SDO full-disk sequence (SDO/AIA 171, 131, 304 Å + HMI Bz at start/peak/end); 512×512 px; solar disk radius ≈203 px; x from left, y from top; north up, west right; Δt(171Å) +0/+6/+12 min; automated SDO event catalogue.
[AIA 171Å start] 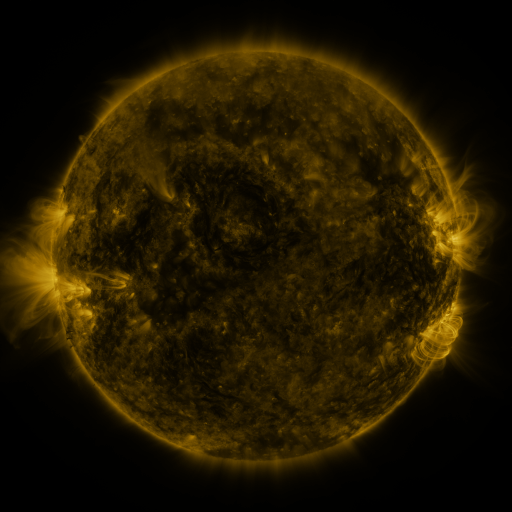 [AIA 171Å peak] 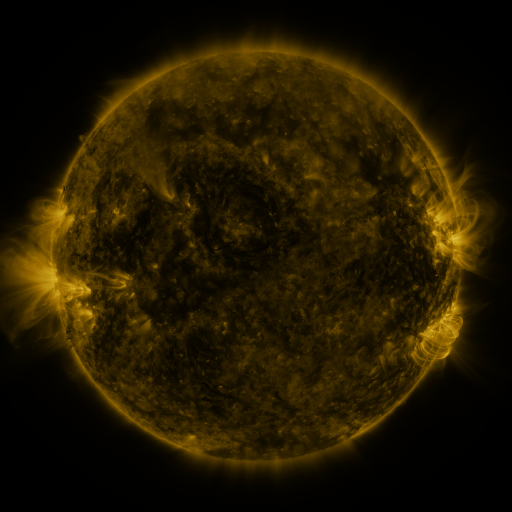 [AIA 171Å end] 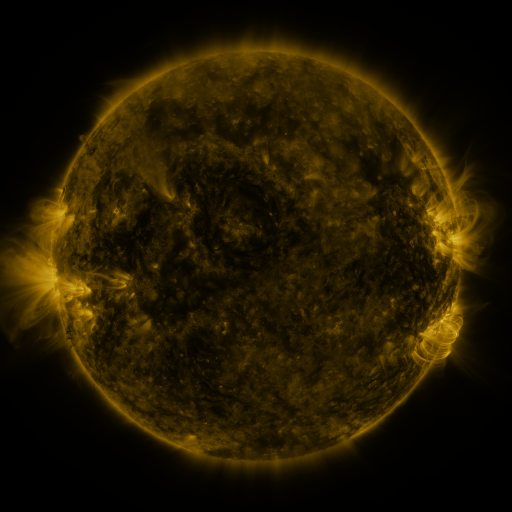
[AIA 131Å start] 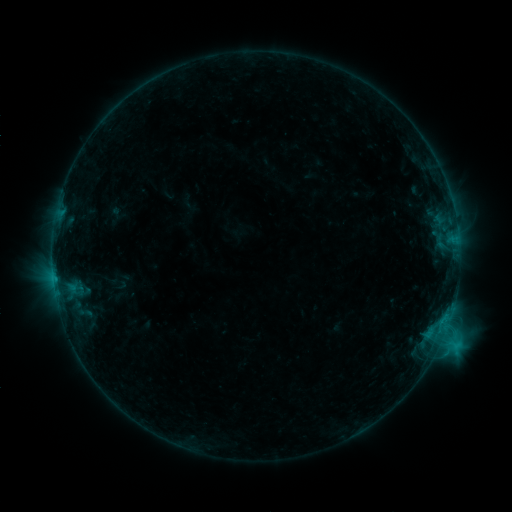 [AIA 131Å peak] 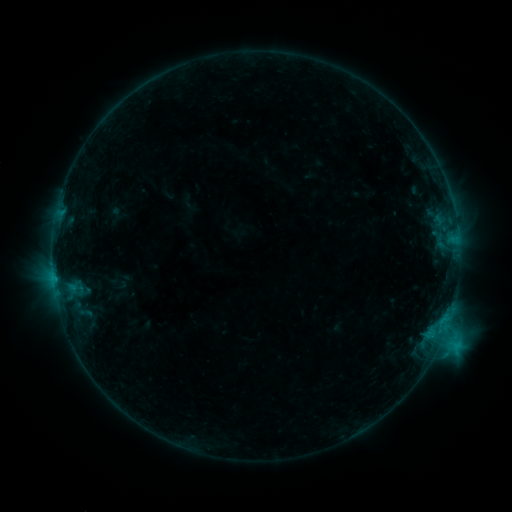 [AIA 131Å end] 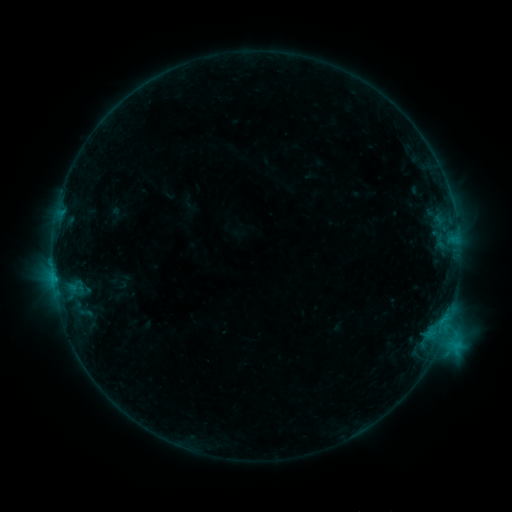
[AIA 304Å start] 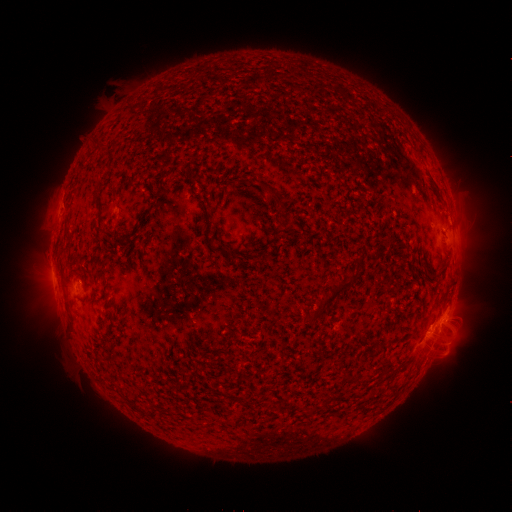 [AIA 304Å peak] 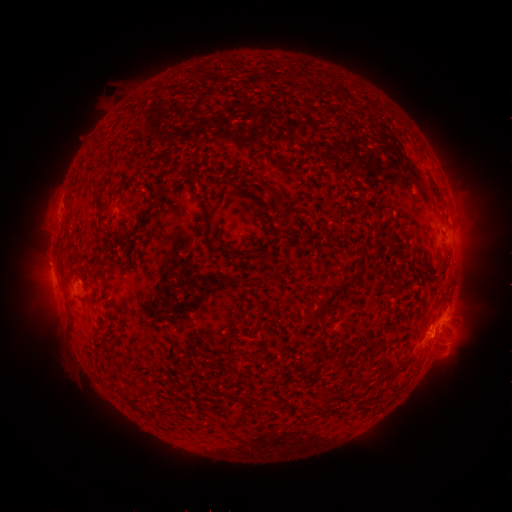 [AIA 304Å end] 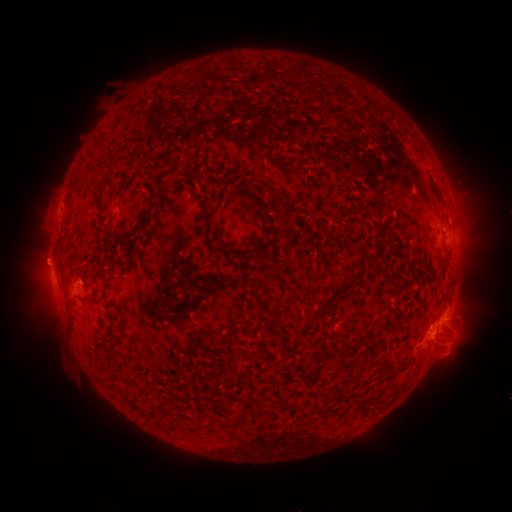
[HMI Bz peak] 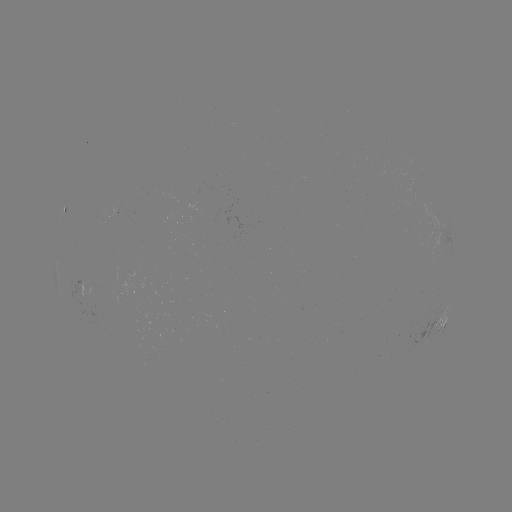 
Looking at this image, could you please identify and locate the eruption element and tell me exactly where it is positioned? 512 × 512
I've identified eruption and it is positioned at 51,263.